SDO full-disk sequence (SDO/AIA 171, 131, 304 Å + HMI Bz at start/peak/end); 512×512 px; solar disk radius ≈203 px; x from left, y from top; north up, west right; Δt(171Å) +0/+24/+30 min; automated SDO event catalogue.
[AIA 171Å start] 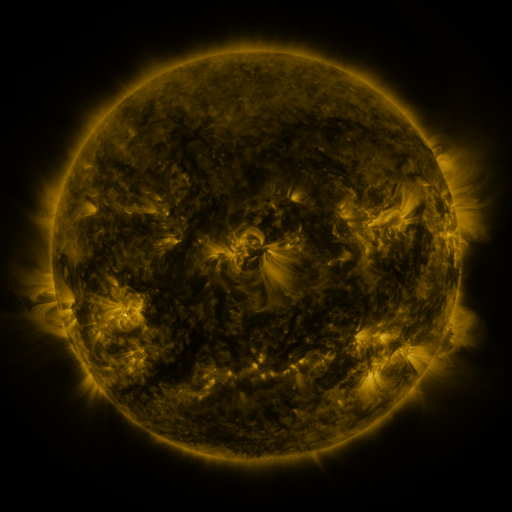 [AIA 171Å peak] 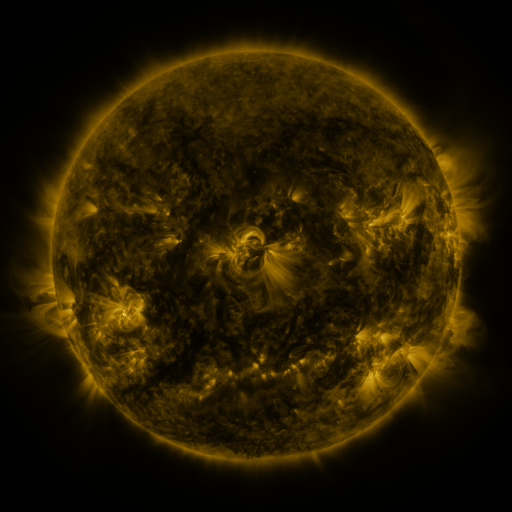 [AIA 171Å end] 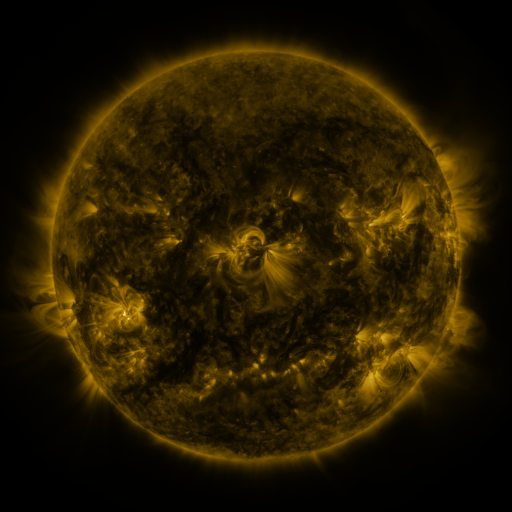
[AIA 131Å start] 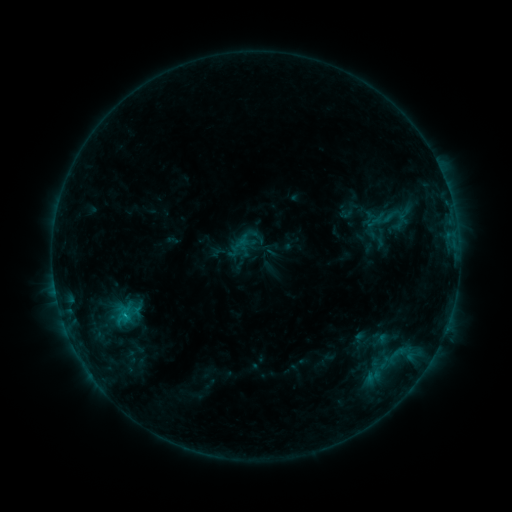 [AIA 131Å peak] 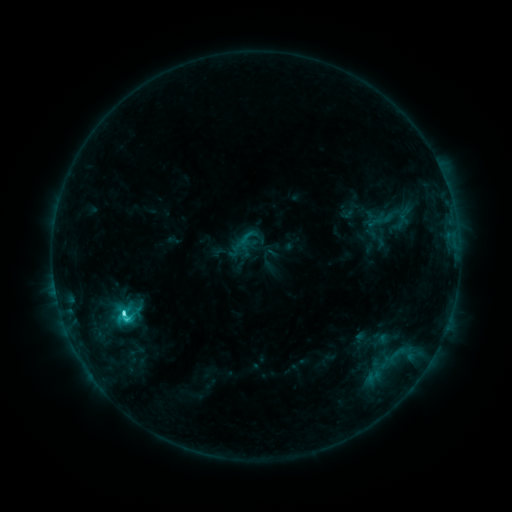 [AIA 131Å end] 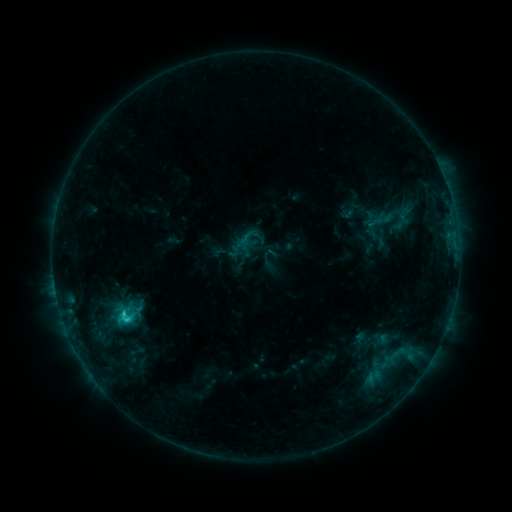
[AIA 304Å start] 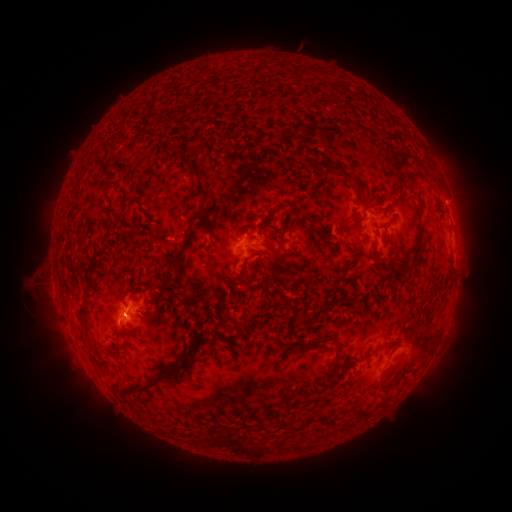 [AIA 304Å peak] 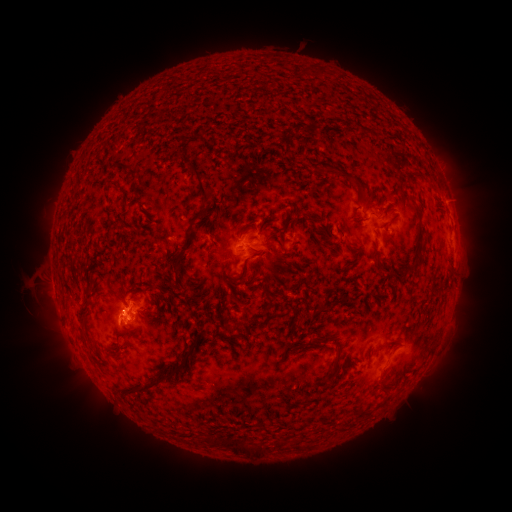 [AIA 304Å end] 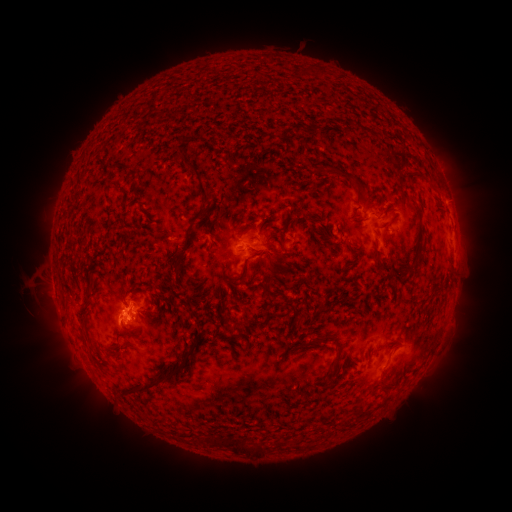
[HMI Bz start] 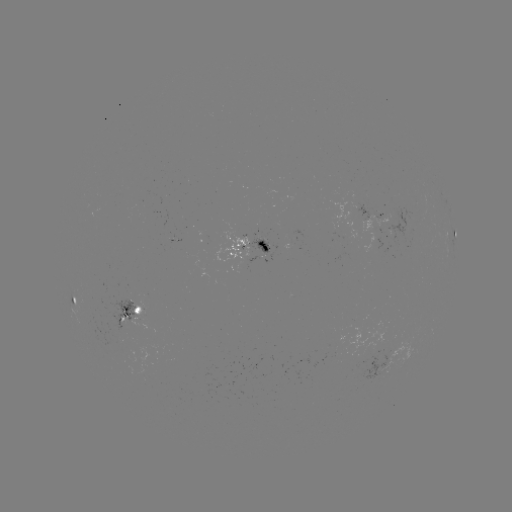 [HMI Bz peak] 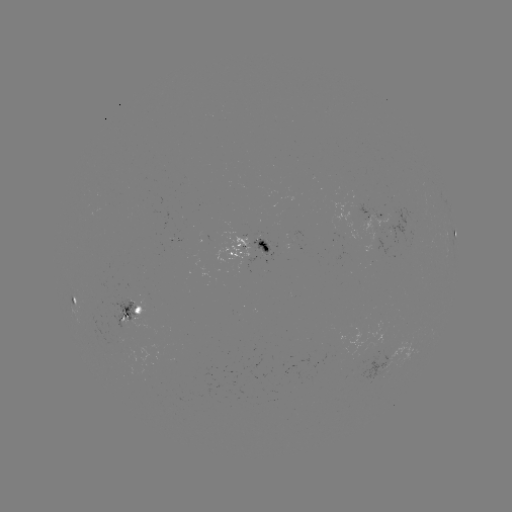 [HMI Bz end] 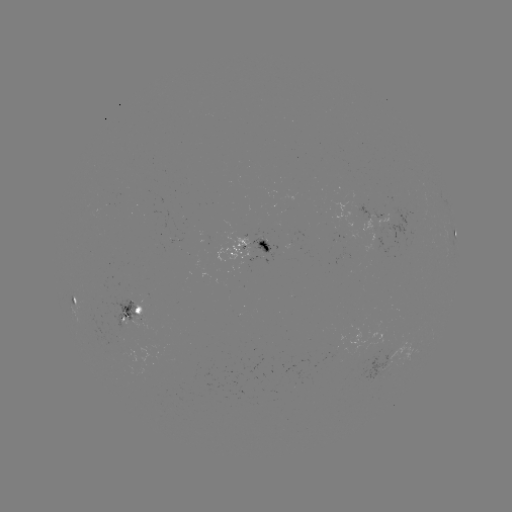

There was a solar flare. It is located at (125, 311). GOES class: C2.9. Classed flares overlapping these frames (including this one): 1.